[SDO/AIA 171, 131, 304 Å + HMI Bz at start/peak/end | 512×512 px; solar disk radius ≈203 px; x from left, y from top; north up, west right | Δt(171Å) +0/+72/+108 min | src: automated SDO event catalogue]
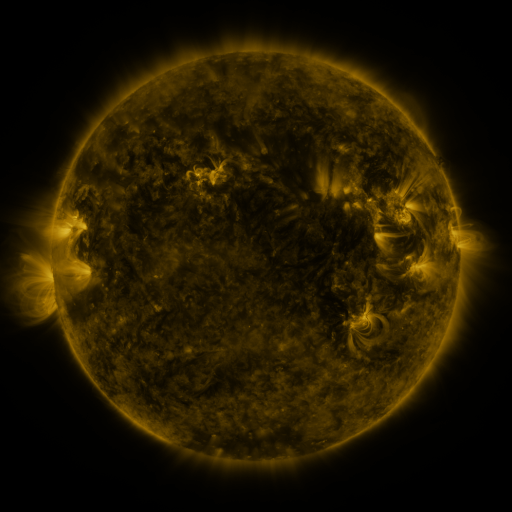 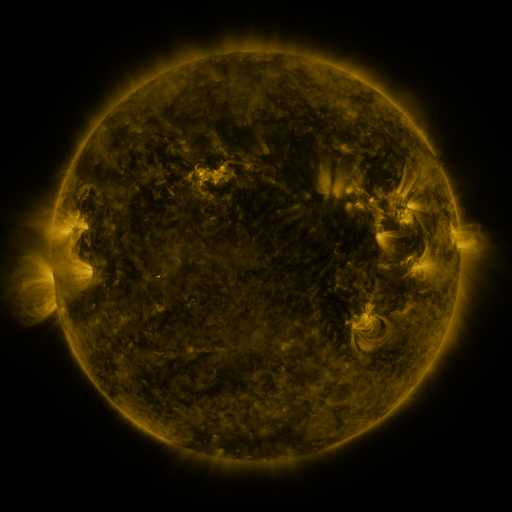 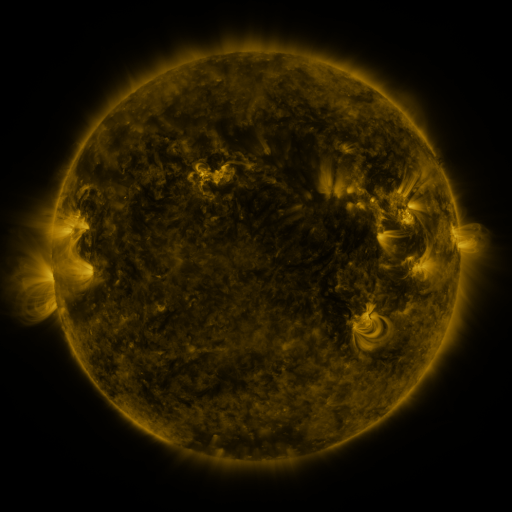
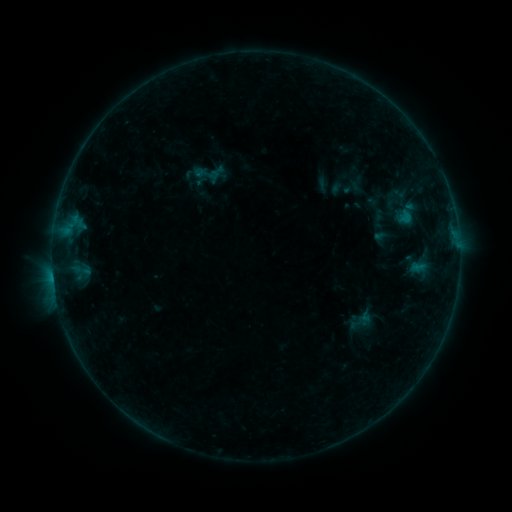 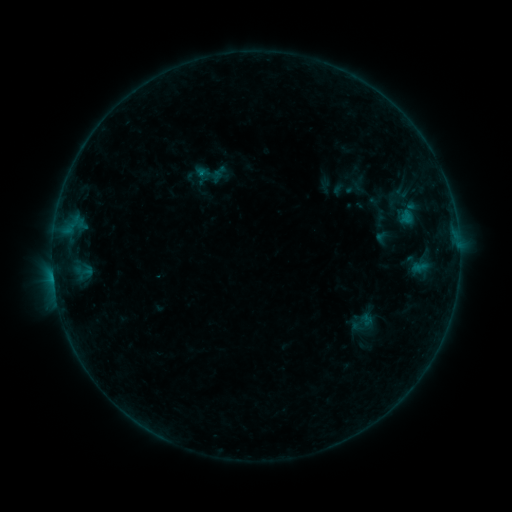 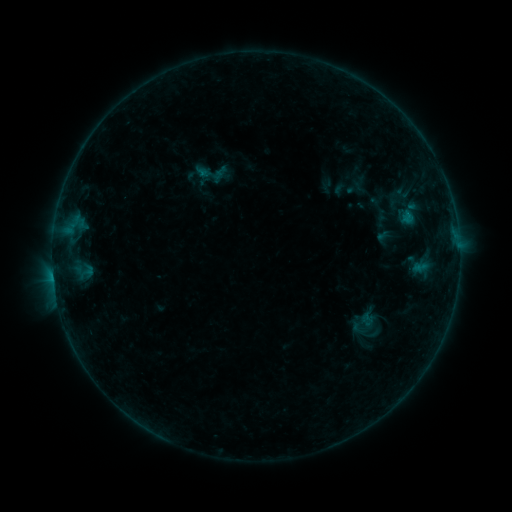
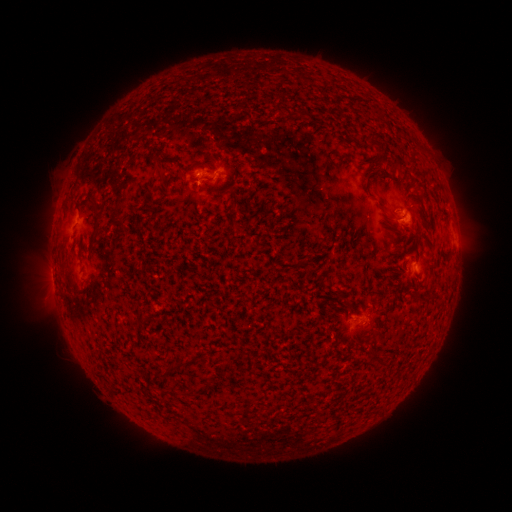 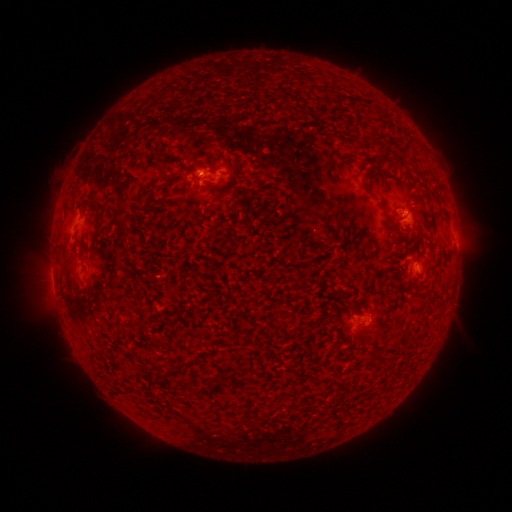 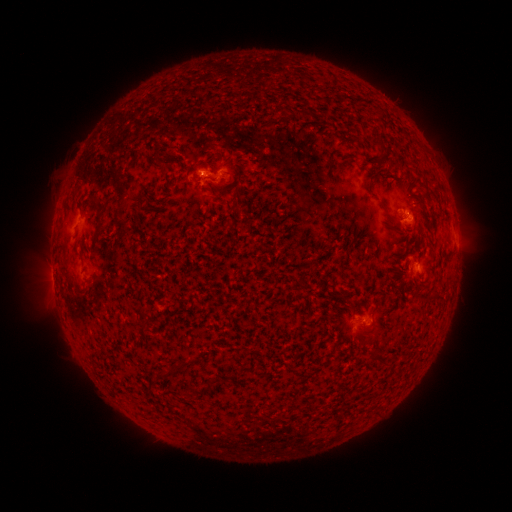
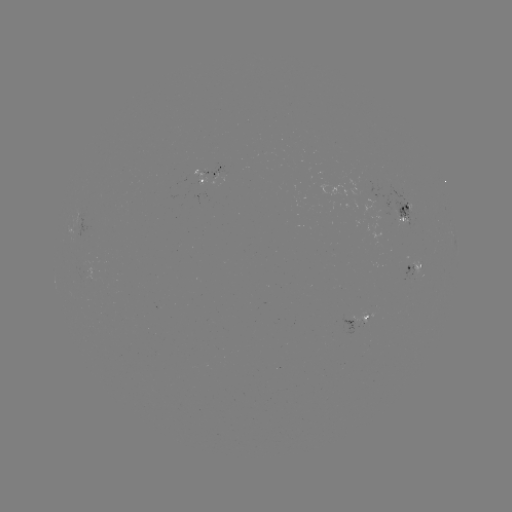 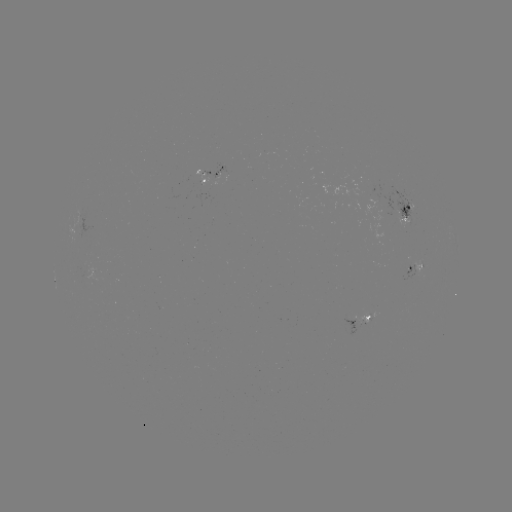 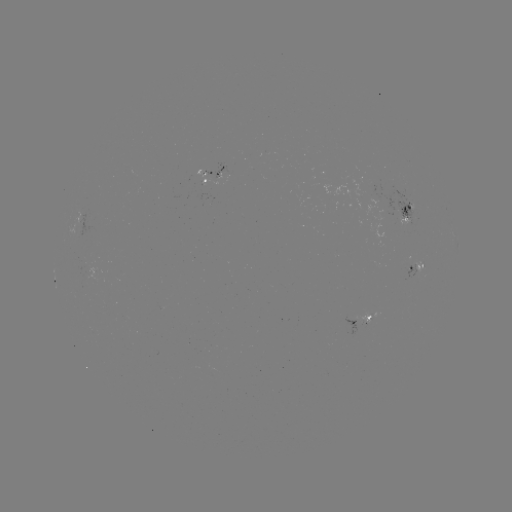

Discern emerging-flux region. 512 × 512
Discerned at (82, 266).